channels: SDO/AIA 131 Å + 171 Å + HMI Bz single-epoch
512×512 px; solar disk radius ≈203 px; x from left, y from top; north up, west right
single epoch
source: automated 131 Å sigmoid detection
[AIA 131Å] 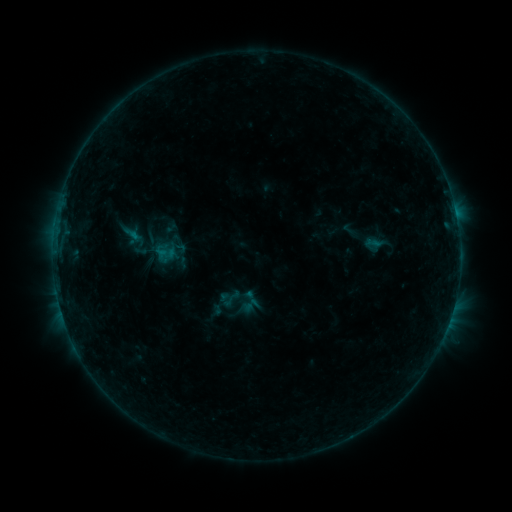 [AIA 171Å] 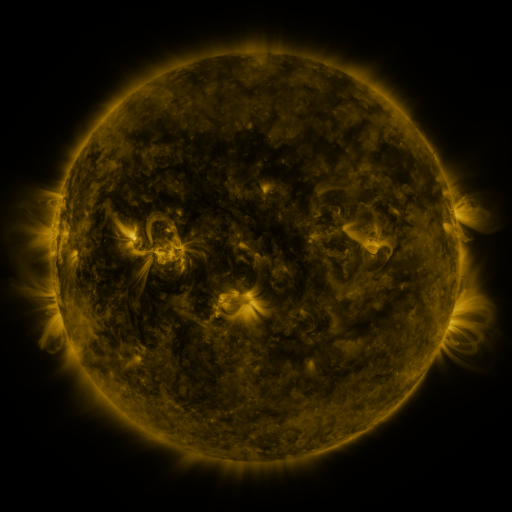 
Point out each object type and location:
sigmoid: <bbox>220, 289, 240, 309</bbox>
sigmoid: <bbox>241, 289, 261, 309</bbox>
